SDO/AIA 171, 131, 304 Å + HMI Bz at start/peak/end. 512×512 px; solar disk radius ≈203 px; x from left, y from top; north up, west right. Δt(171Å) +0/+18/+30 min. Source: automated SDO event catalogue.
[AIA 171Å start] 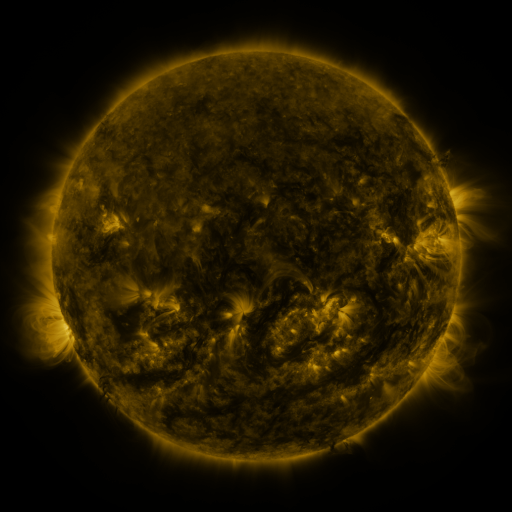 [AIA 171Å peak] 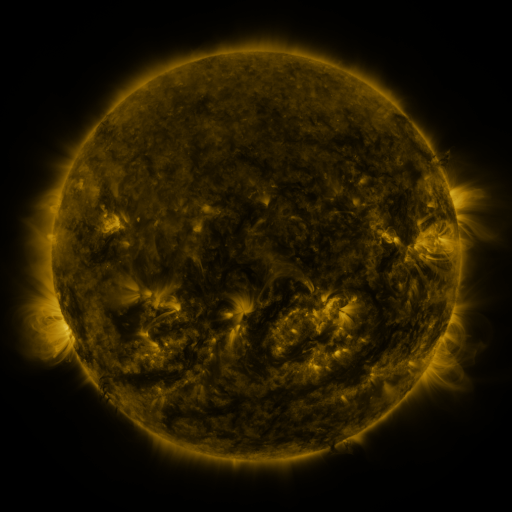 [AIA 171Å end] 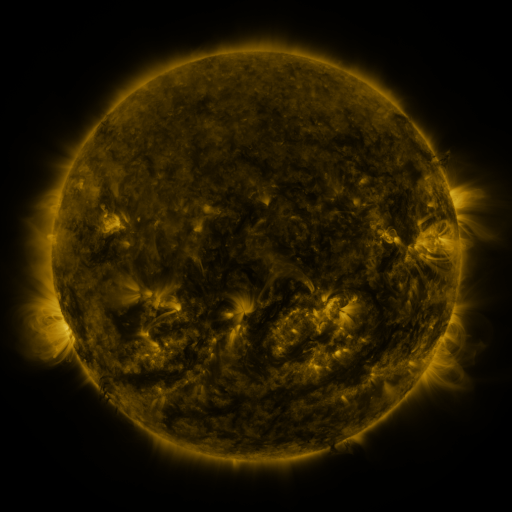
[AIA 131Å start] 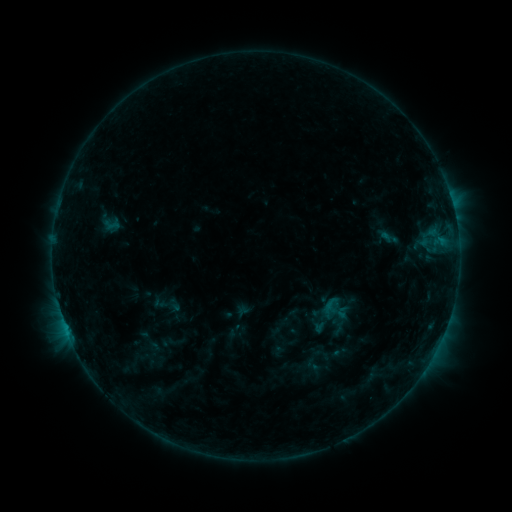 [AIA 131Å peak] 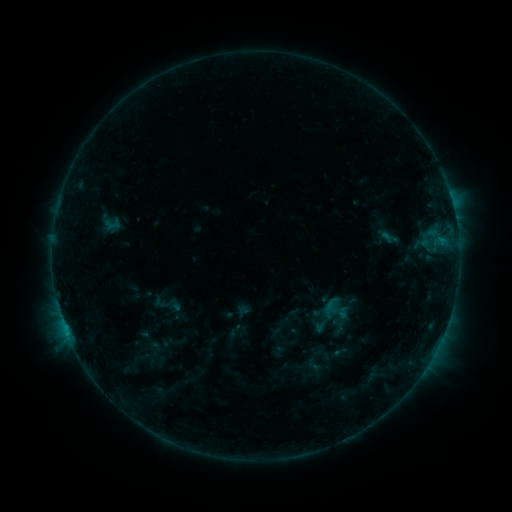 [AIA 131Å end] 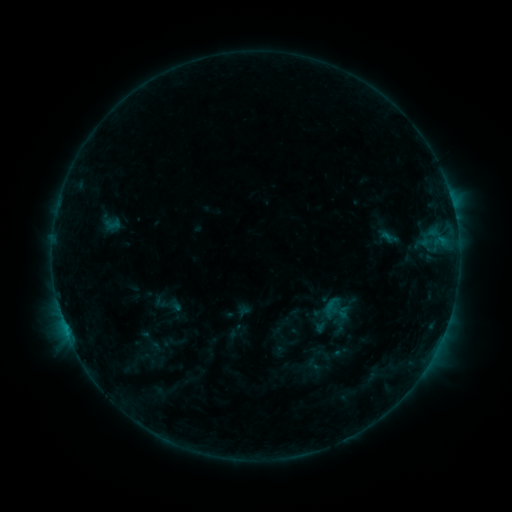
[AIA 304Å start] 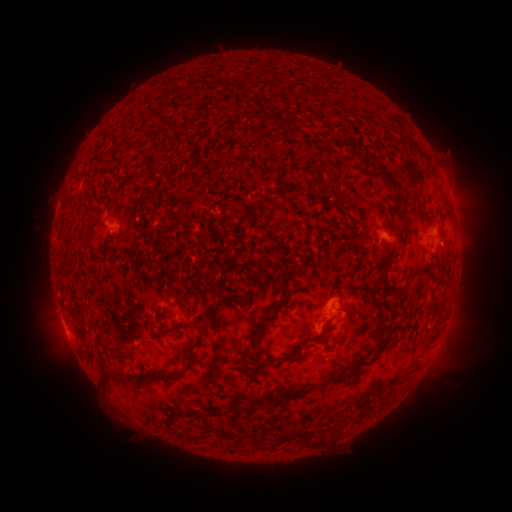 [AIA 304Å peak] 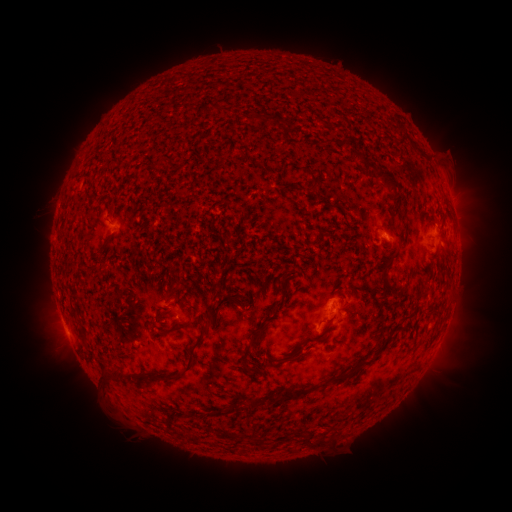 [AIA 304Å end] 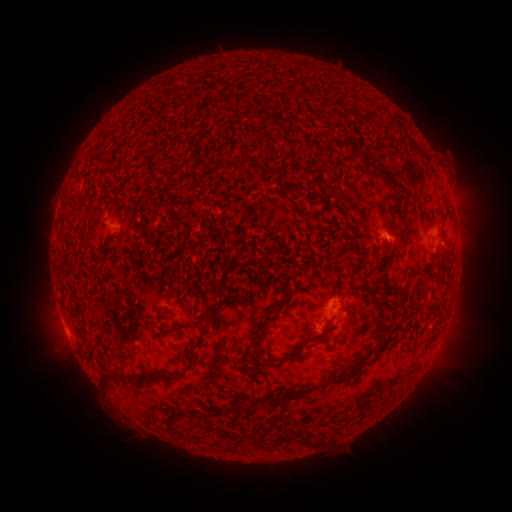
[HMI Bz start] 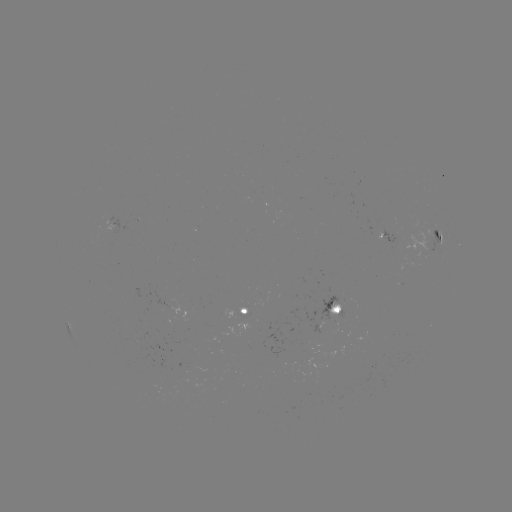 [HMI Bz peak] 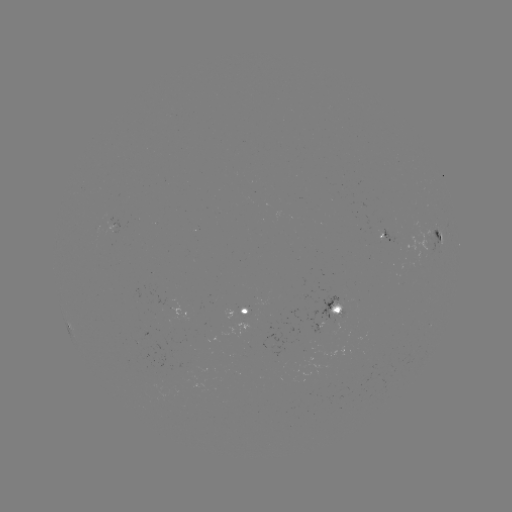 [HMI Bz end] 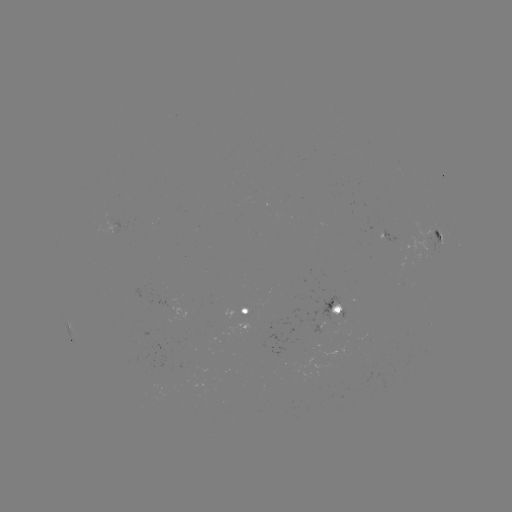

no classed flare was catalogued and no EUV brightening was flagged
